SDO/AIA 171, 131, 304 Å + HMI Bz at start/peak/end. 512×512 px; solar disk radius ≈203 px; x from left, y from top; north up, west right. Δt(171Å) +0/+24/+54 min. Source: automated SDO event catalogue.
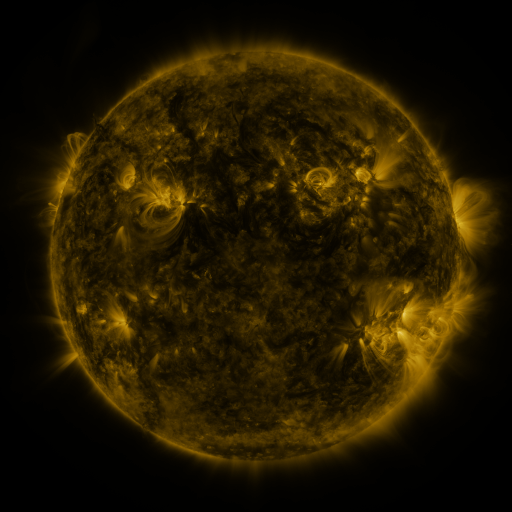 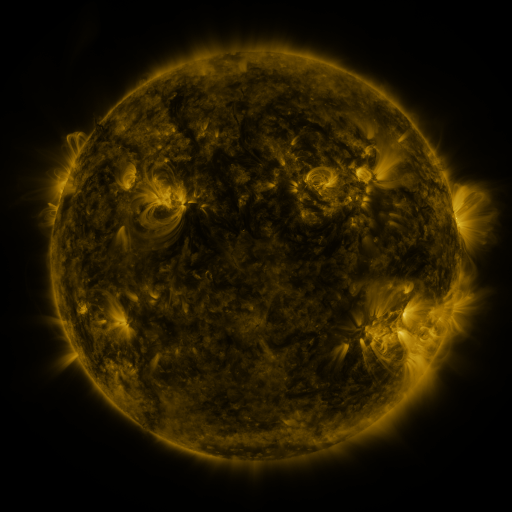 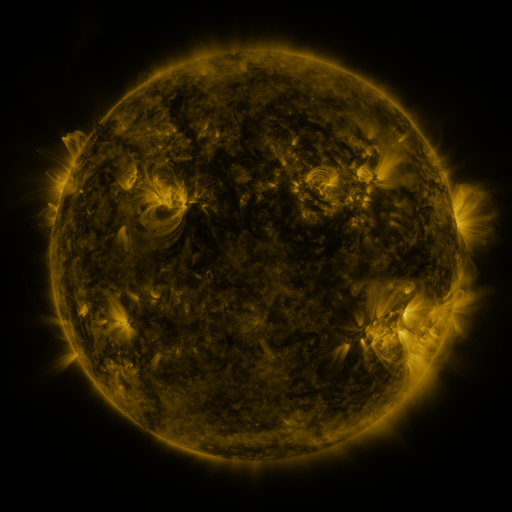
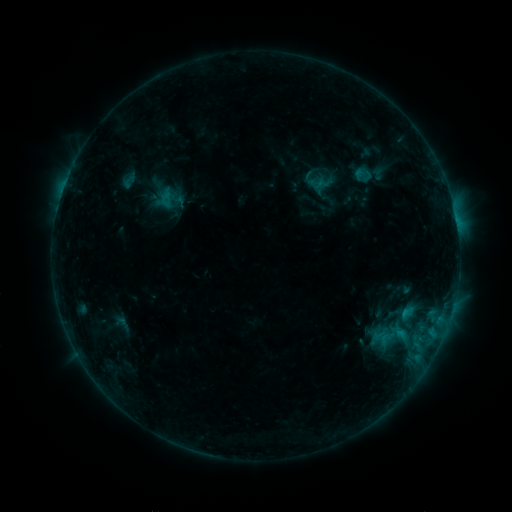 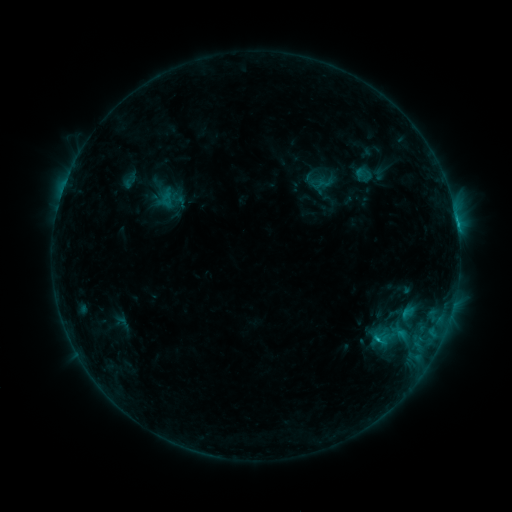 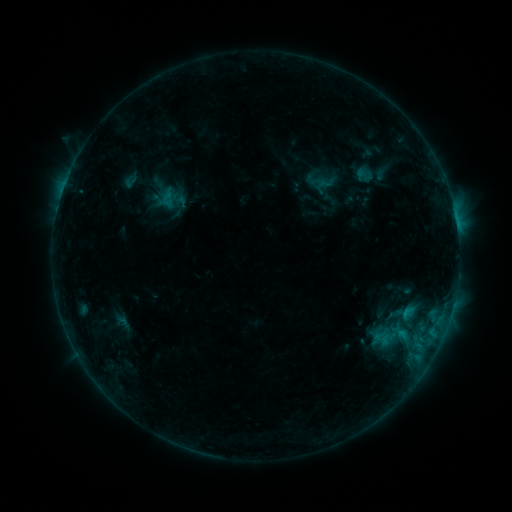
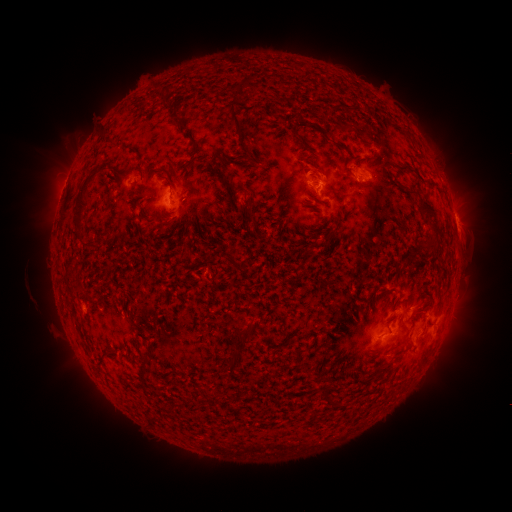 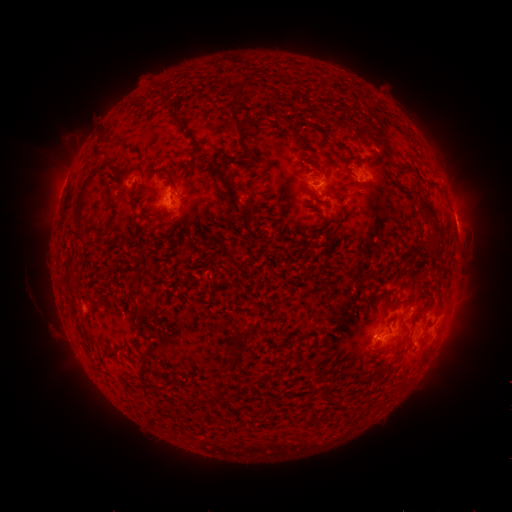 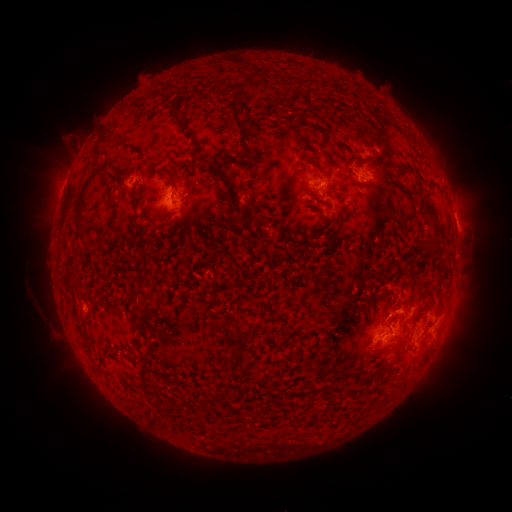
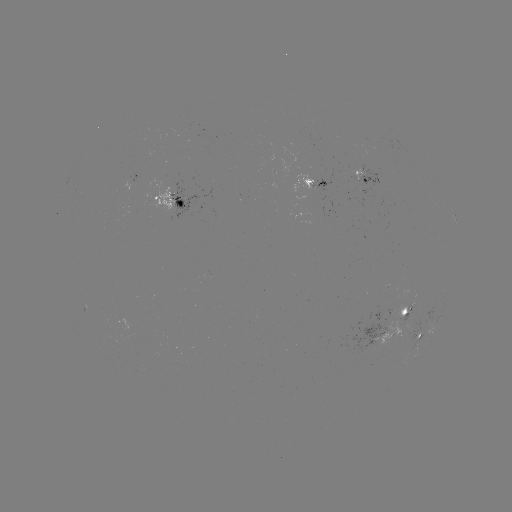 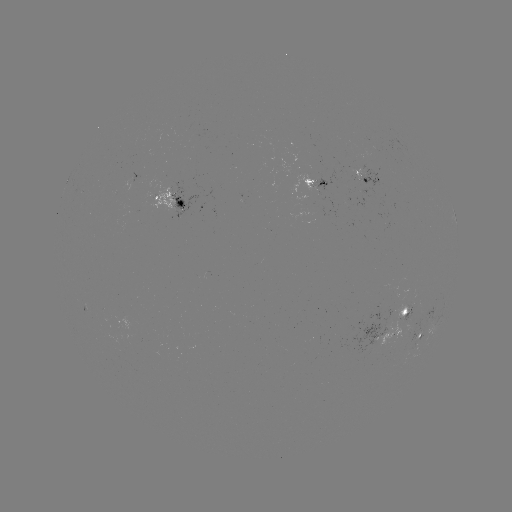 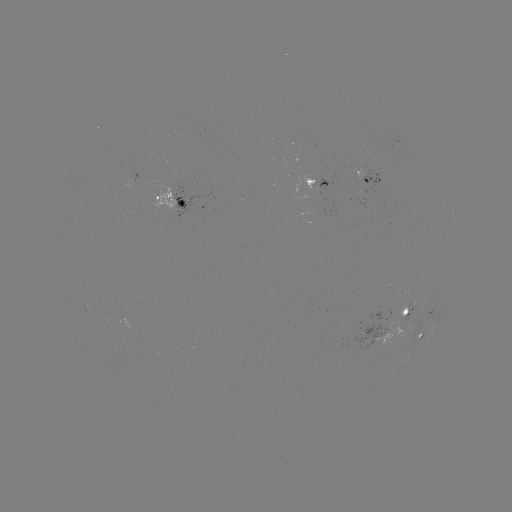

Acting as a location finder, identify C1.6 flare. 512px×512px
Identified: [457, 227].